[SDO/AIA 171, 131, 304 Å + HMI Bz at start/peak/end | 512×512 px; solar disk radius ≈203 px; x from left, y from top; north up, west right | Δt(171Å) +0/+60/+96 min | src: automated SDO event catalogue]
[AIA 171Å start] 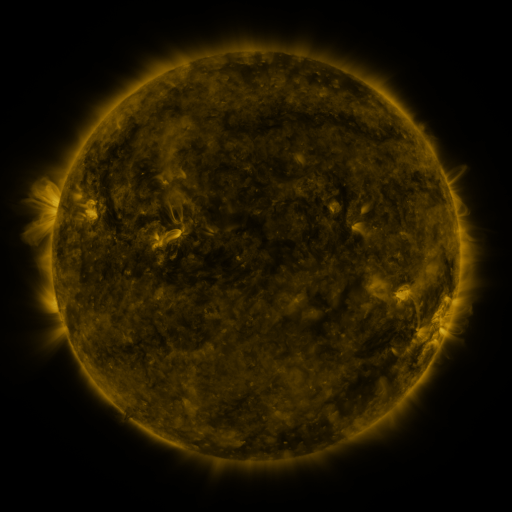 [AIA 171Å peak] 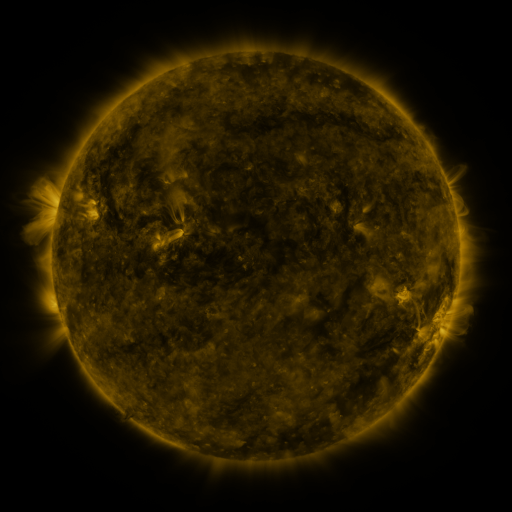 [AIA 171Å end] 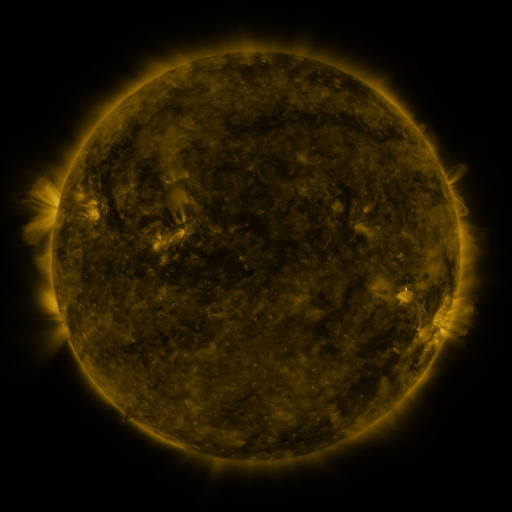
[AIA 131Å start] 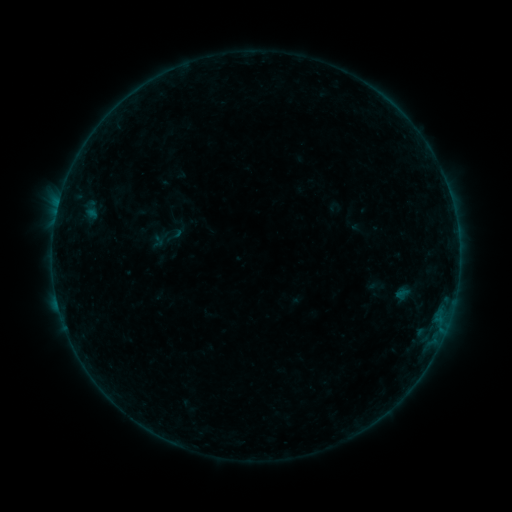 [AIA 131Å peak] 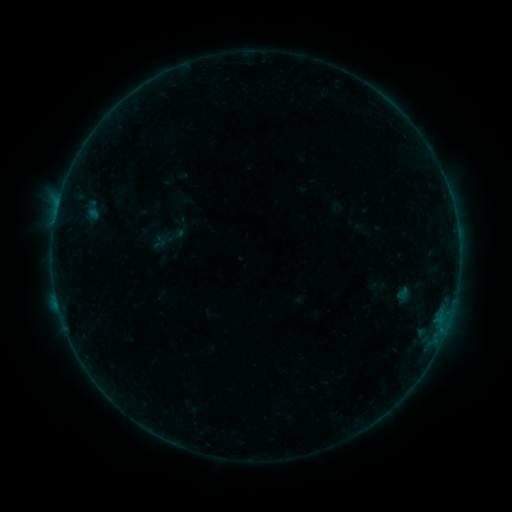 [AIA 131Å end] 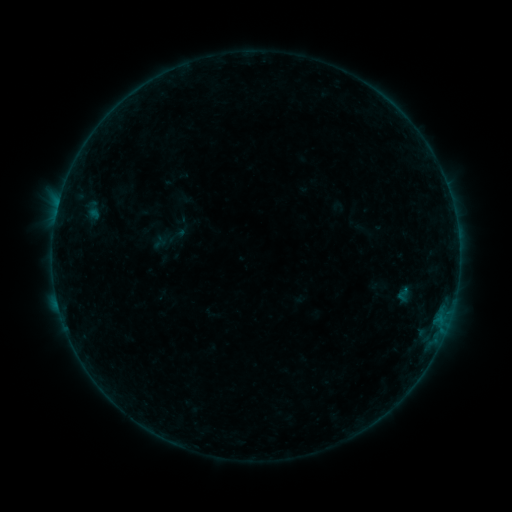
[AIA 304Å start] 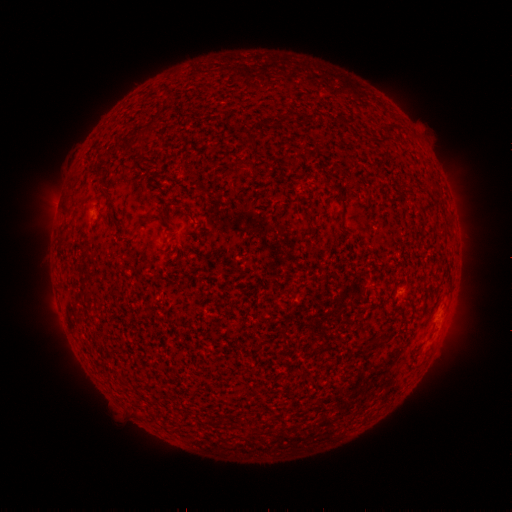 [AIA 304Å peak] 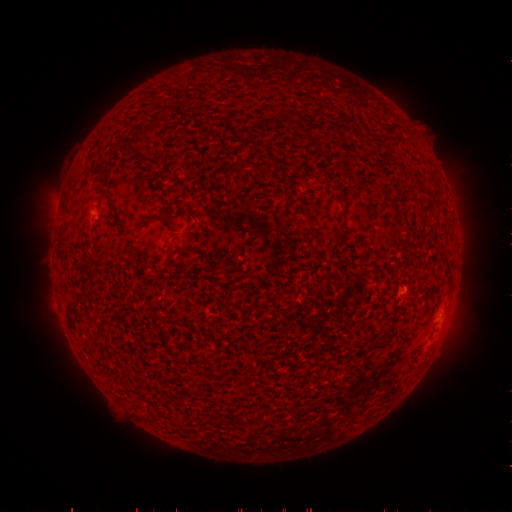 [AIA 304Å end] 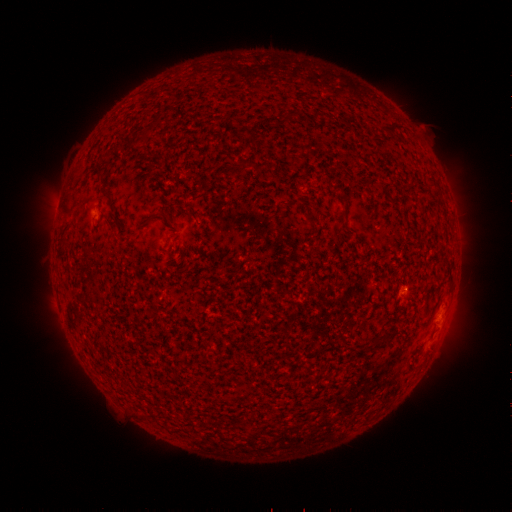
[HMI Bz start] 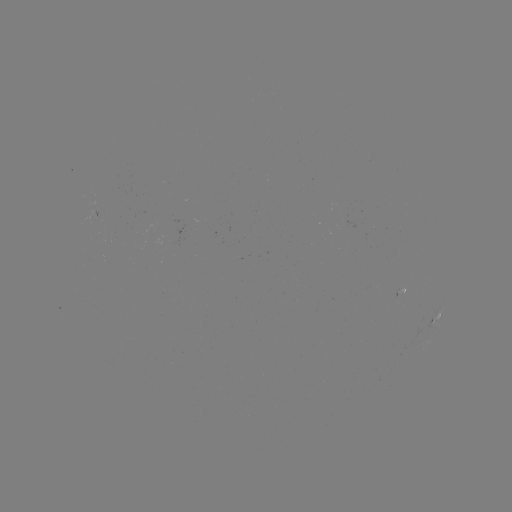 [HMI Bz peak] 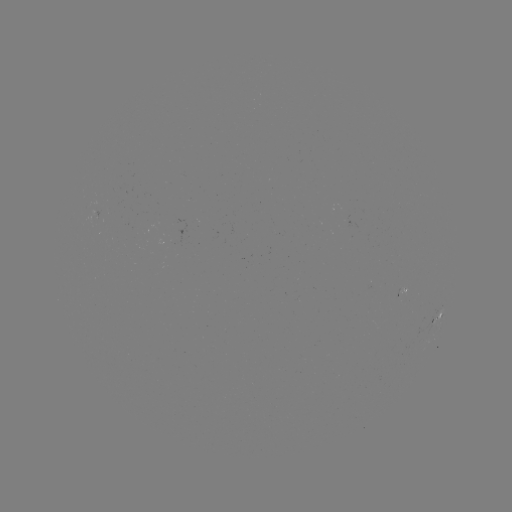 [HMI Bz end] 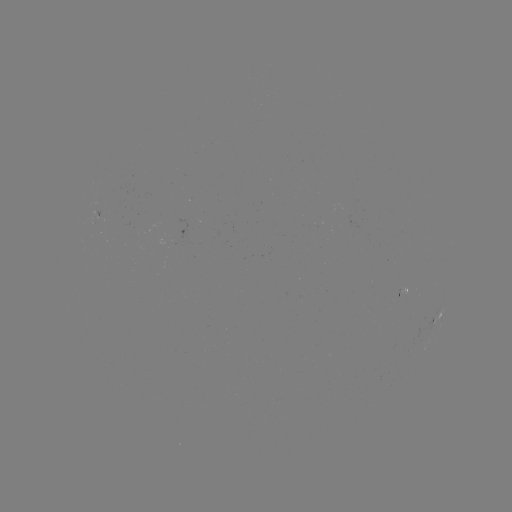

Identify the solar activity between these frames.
emerging-flux region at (348, 222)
